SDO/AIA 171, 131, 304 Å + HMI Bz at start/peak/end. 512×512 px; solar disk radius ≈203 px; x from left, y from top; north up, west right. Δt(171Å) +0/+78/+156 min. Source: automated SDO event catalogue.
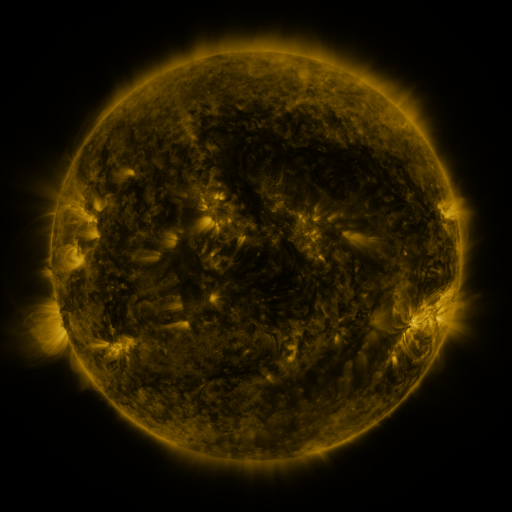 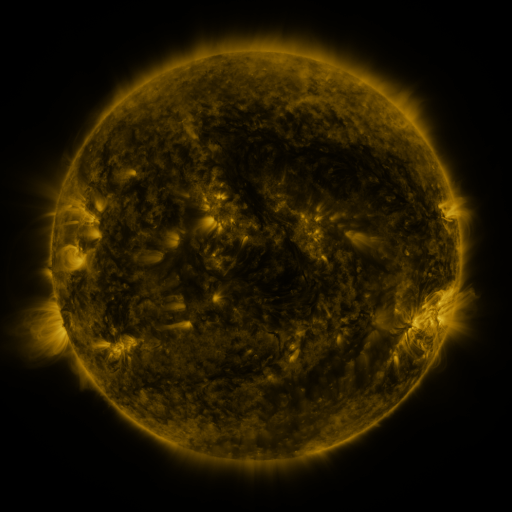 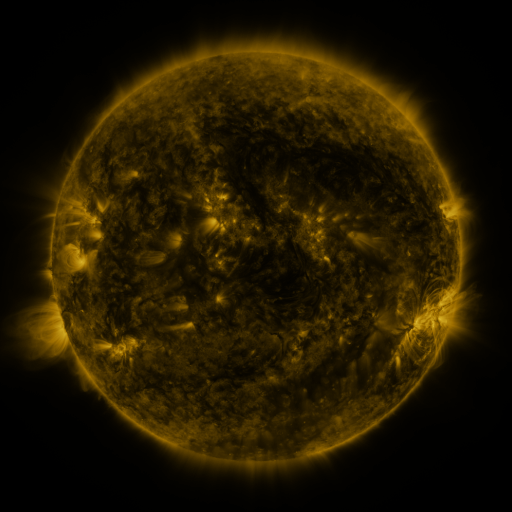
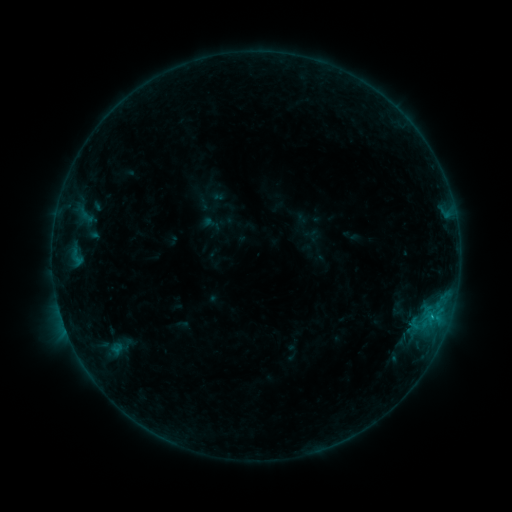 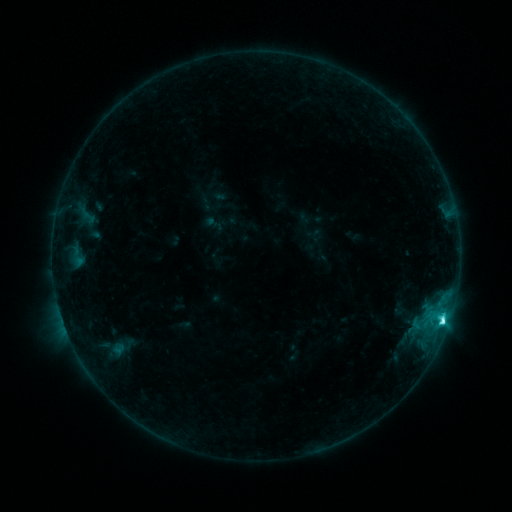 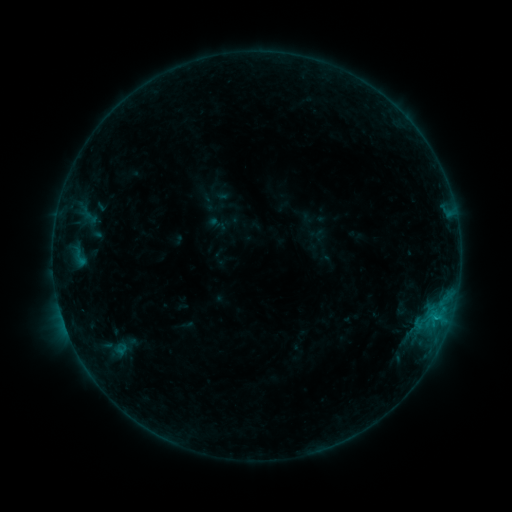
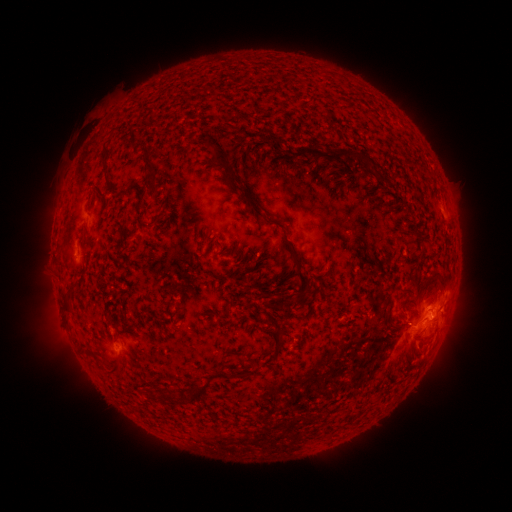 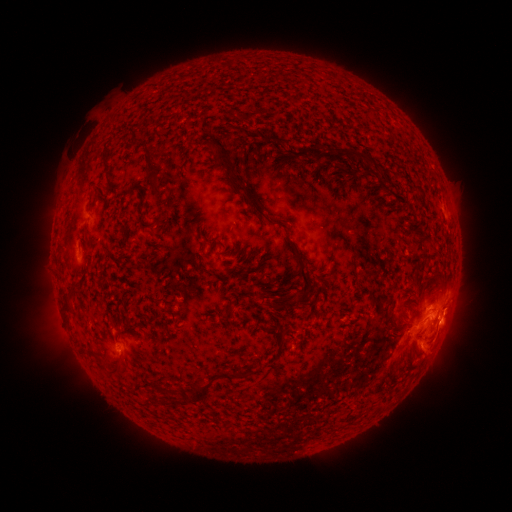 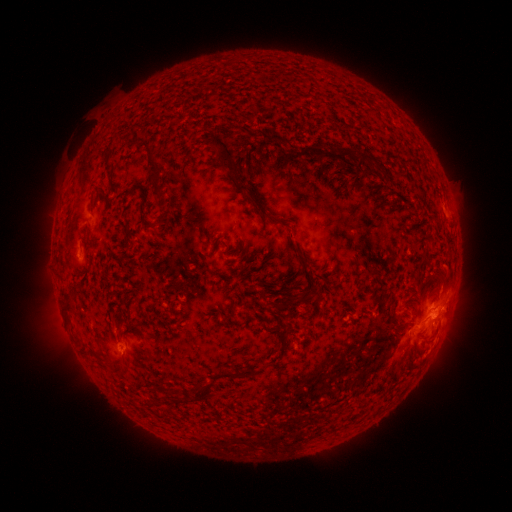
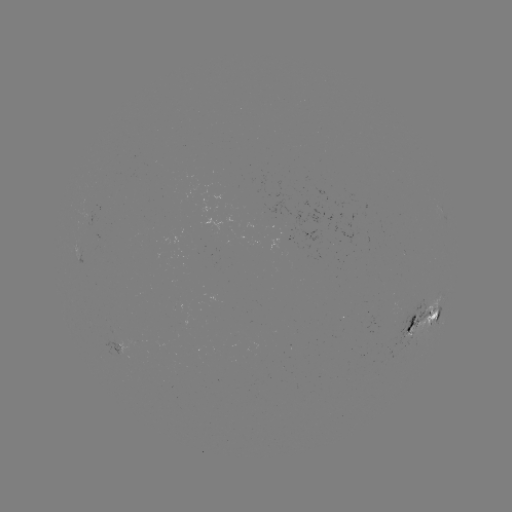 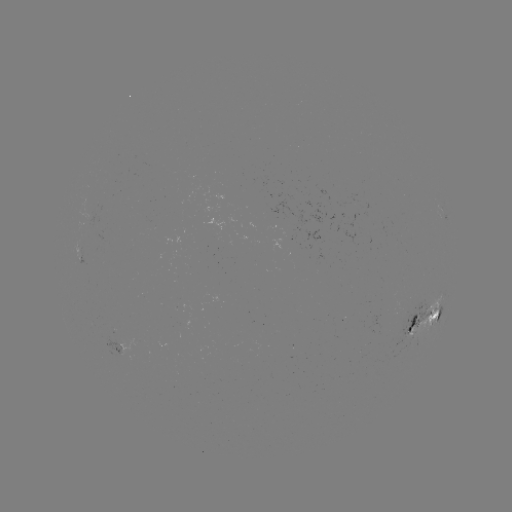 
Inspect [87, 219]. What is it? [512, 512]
emerging-flux region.